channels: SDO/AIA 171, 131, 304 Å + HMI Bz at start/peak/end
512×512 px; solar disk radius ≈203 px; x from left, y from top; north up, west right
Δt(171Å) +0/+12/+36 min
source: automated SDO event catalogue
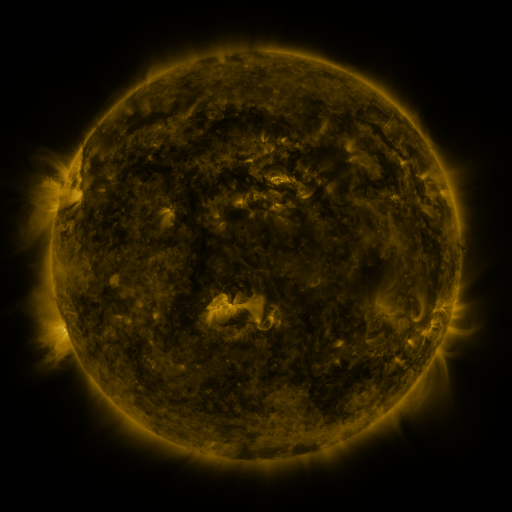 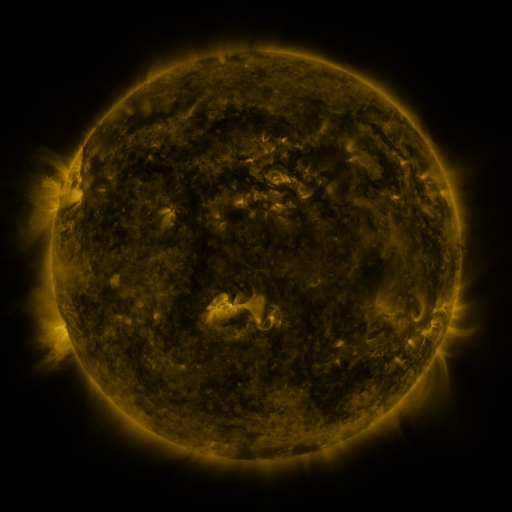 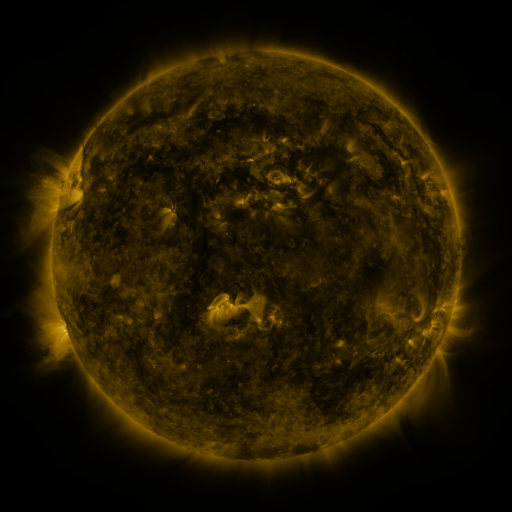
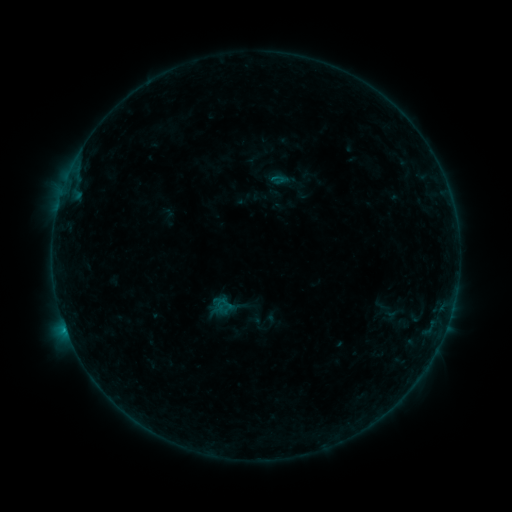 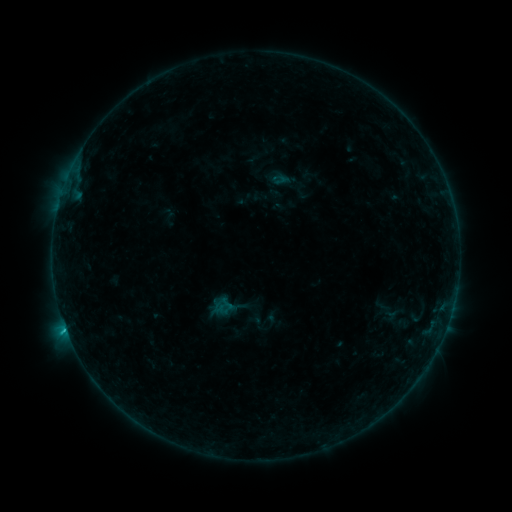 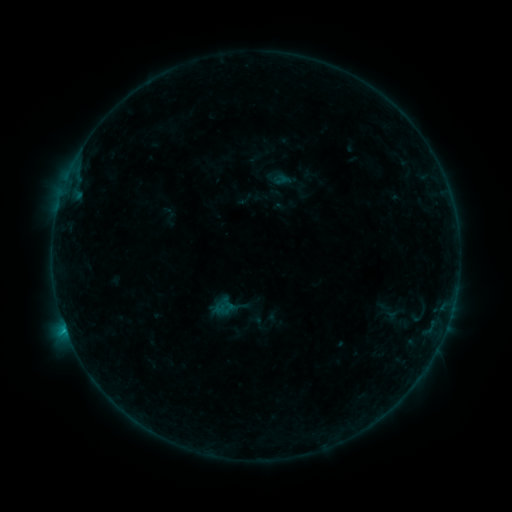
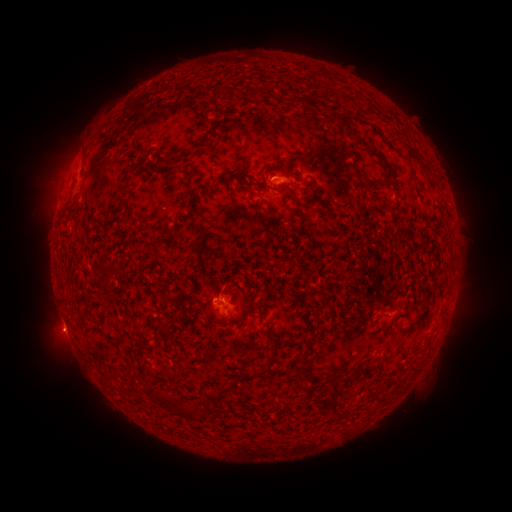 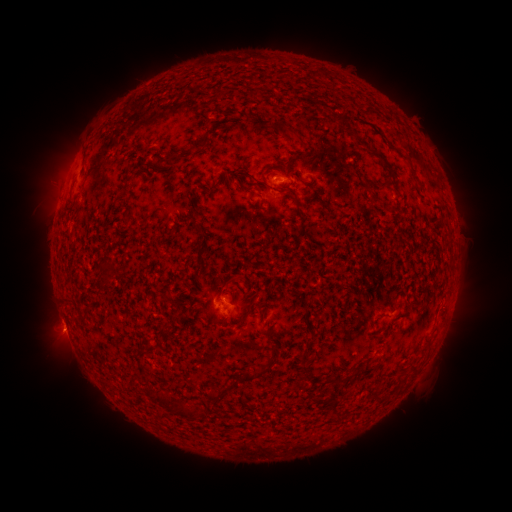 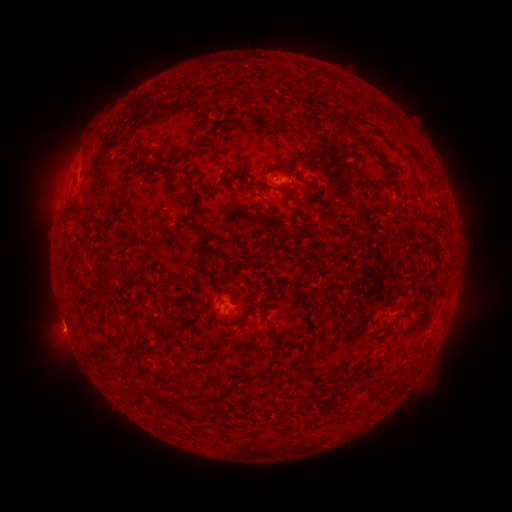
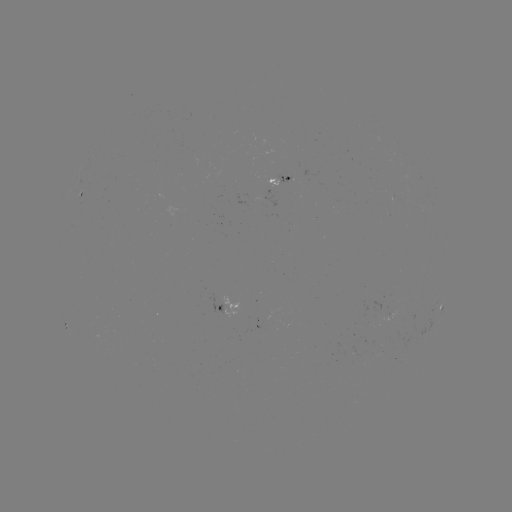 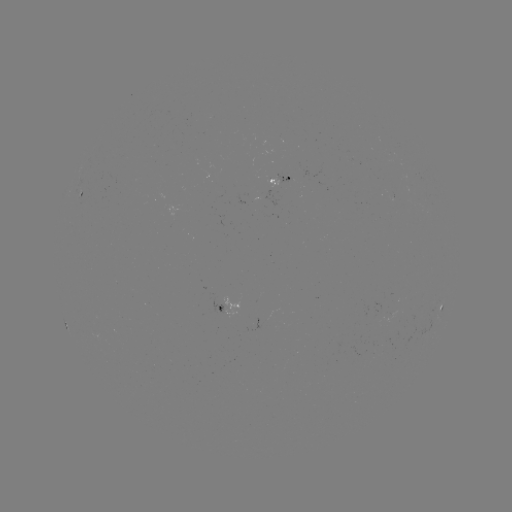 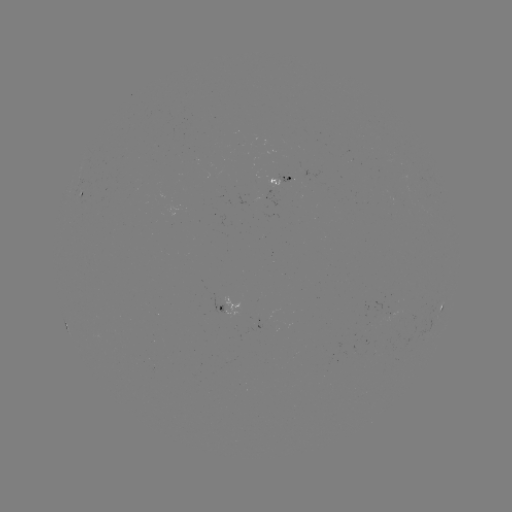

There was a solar flare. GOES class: B7.7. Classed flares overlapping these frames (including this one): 2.